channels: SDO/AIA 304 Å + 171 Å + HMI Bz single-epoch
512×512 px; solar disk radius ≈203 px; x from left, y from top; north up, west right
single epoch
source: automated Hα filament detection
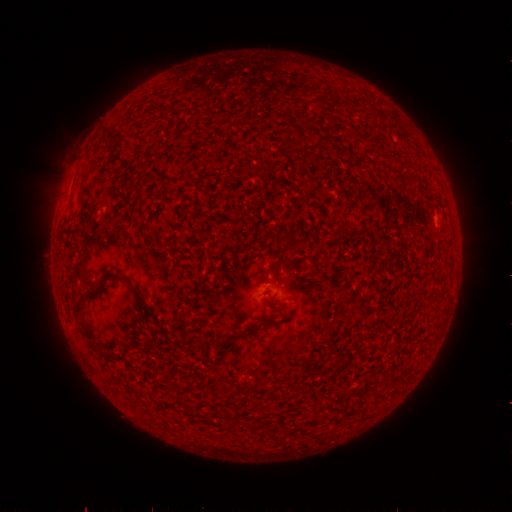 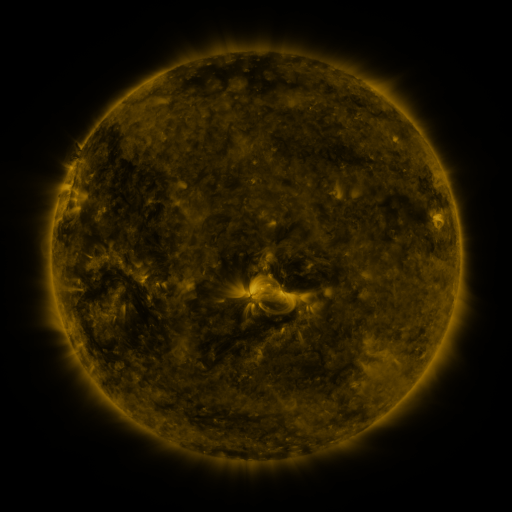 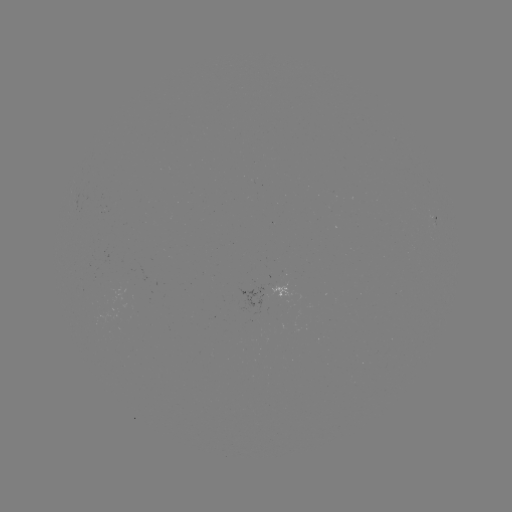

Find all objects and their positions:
filament: (134, 185)
filament: (152, 239)
filament: (288, 244)
filament: (130, 283)
filament: (79, 302)
filament: (250, 329)
